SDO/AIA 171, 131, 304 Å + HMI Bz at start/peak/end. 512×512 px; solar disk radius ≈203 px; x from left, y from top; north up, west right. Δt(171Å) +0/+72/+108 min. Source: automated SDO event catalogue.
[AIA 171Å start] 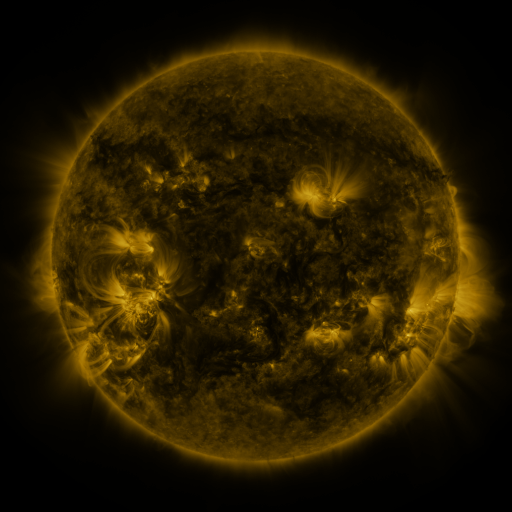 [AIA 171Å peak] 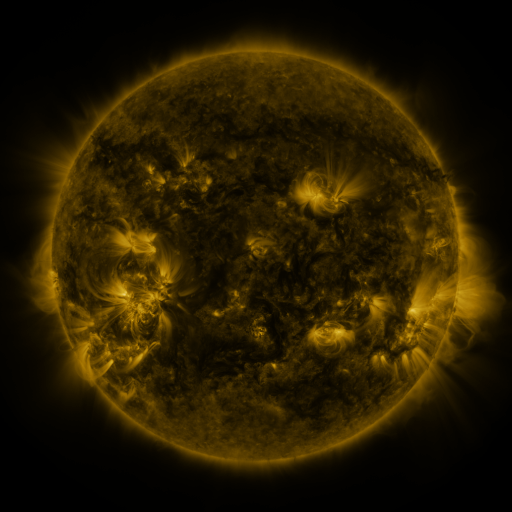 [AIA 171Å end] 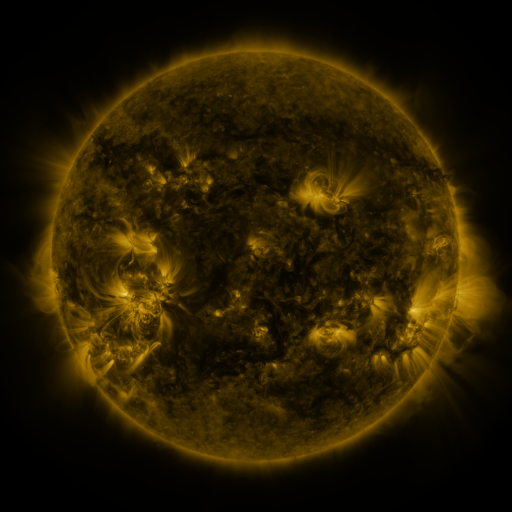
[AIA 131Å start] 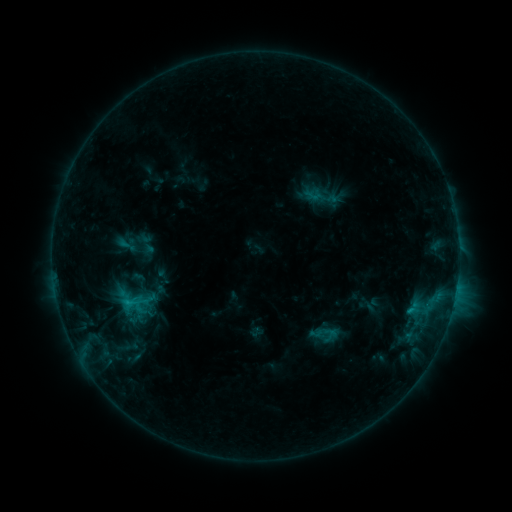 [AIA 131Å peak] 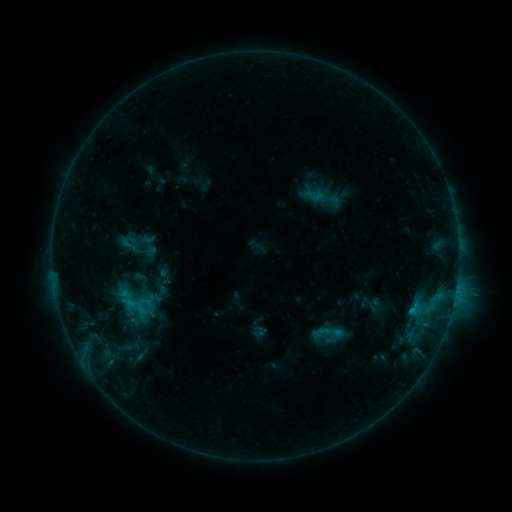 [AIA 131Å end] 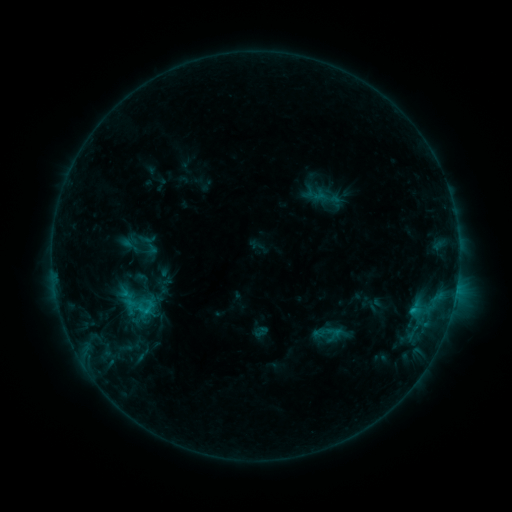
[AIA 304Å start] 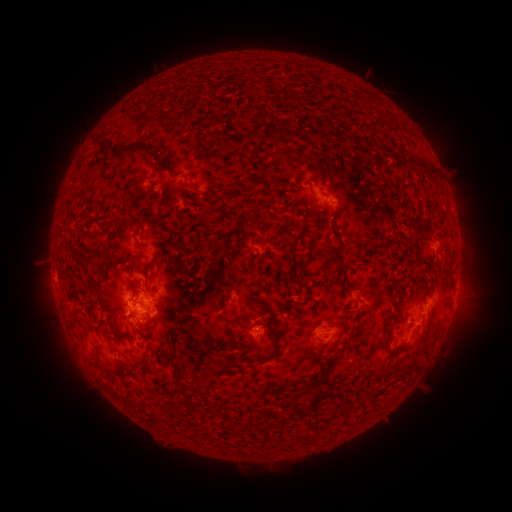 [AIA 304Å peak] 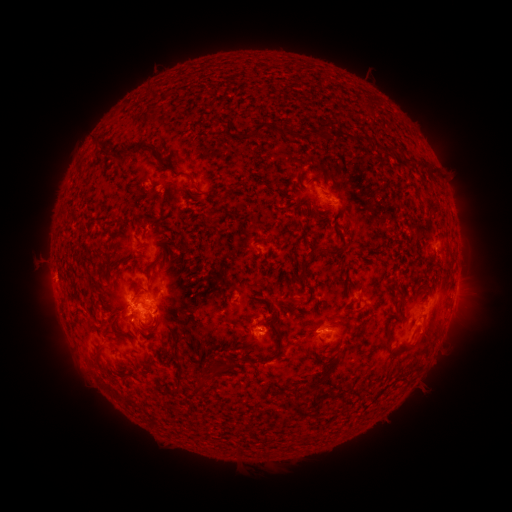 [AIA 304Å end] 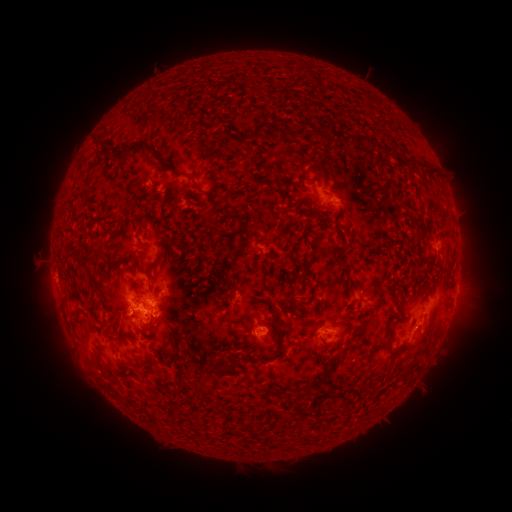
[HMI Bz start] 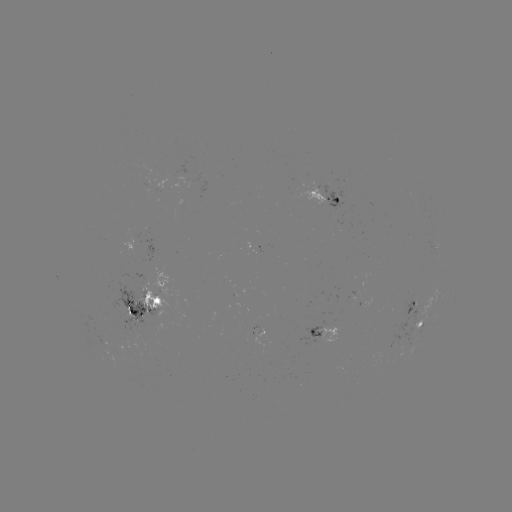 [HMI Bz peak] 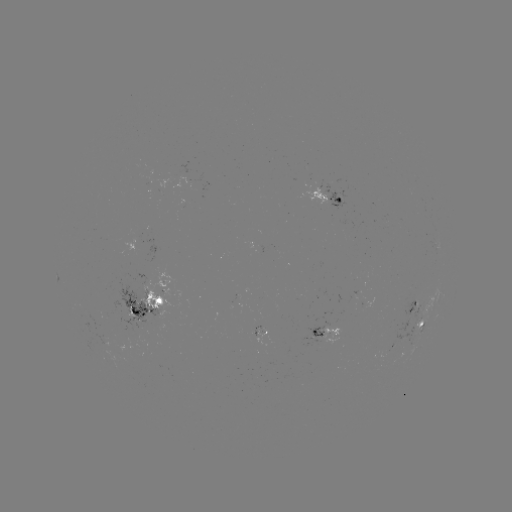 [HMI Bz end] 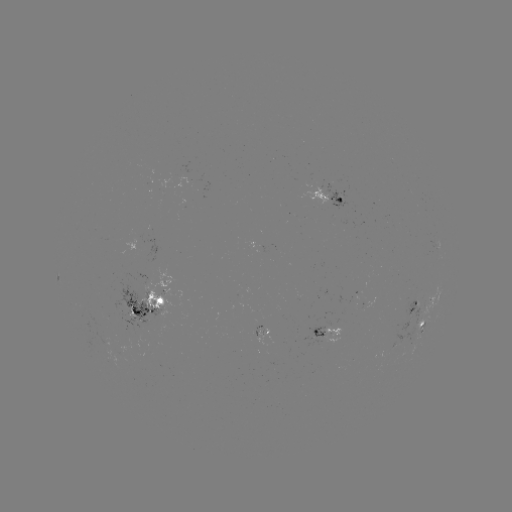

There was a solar emerging-flux region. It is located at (315, 340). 